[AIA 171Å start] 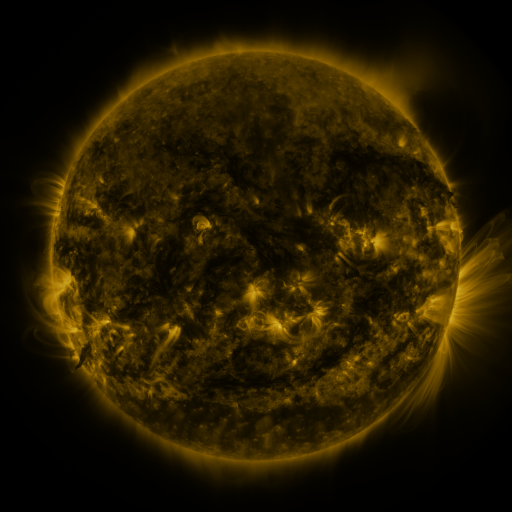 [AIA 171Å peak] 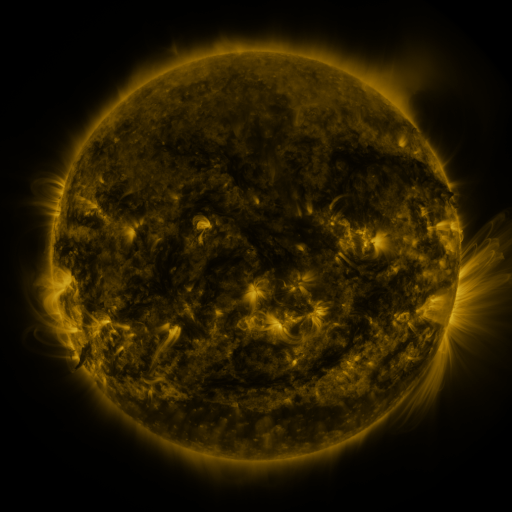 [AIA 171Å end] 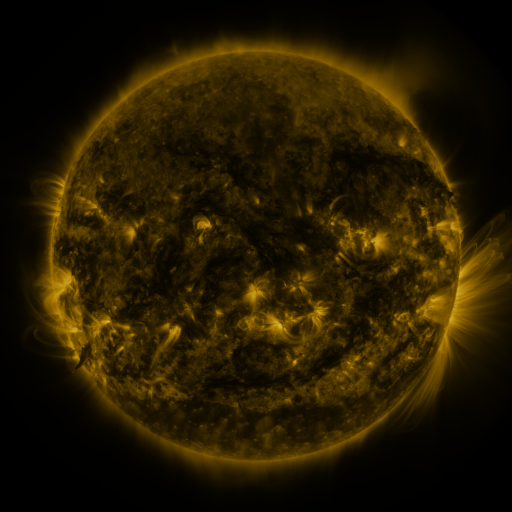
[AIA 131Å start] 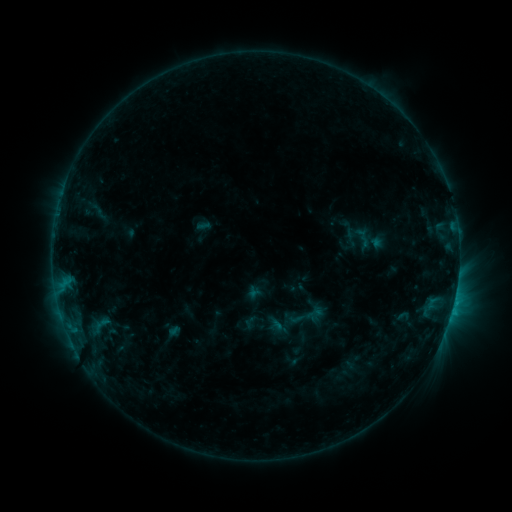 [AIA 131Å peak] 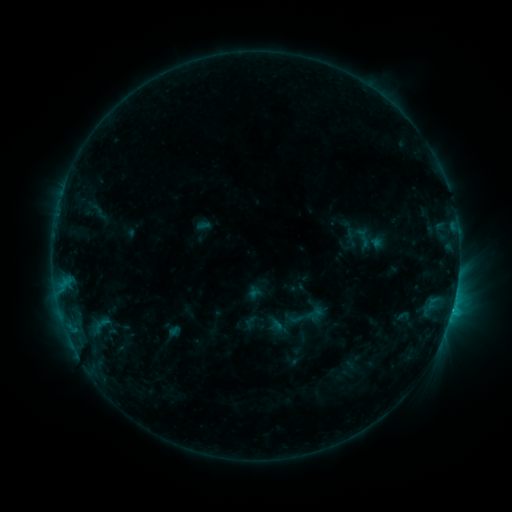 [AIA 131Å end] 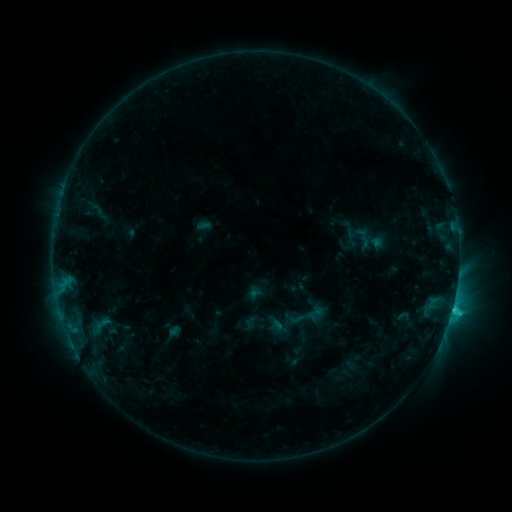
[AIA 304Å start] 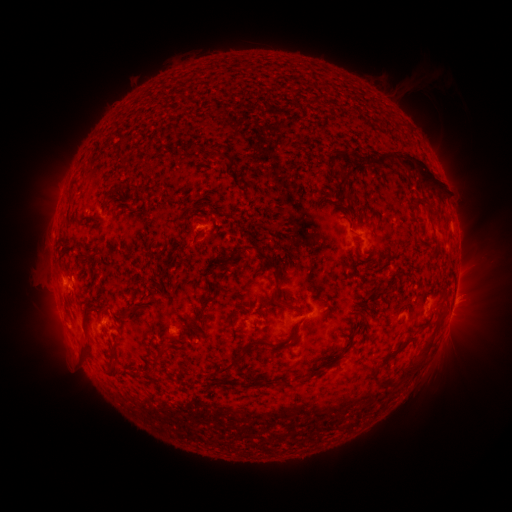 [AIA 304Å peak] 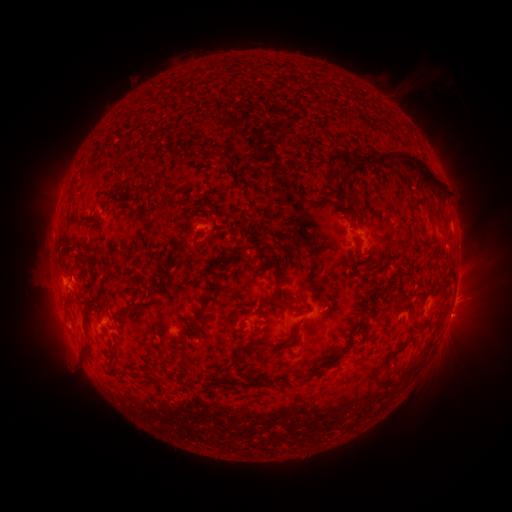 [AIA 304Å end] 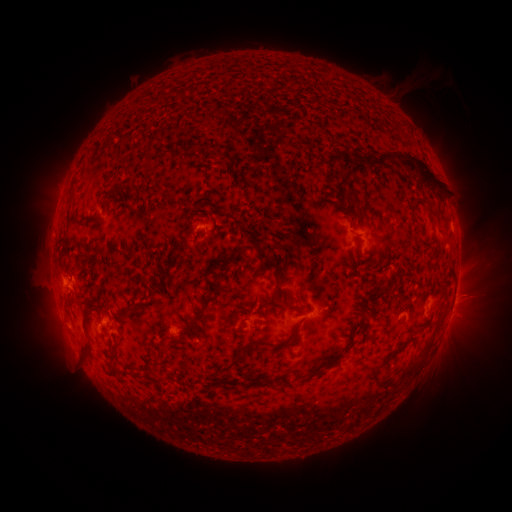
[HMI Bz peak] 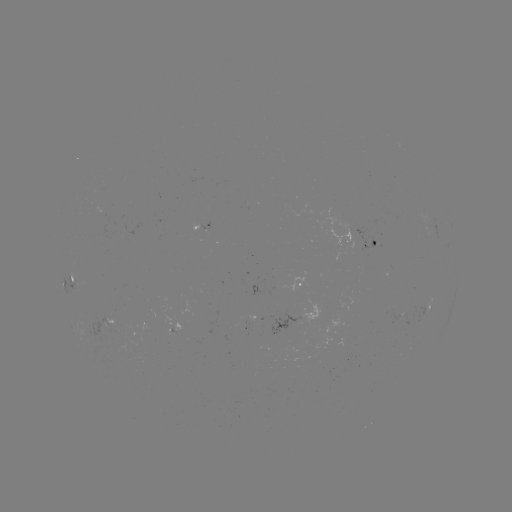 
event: eruption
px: (464, 306)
